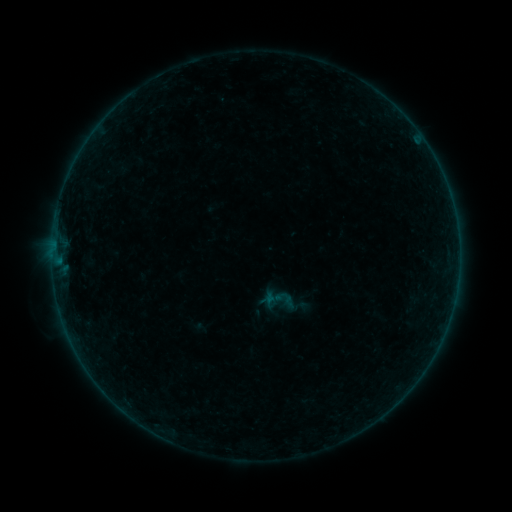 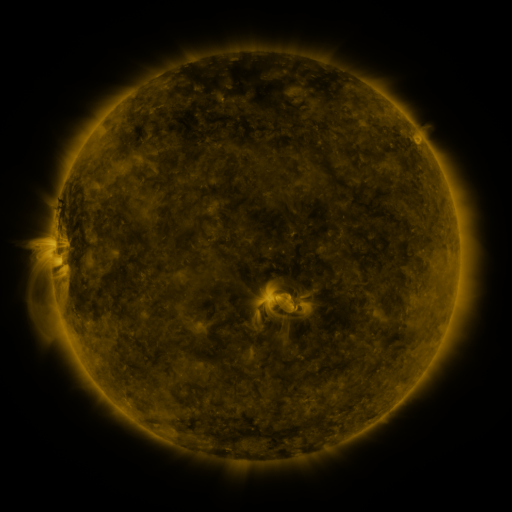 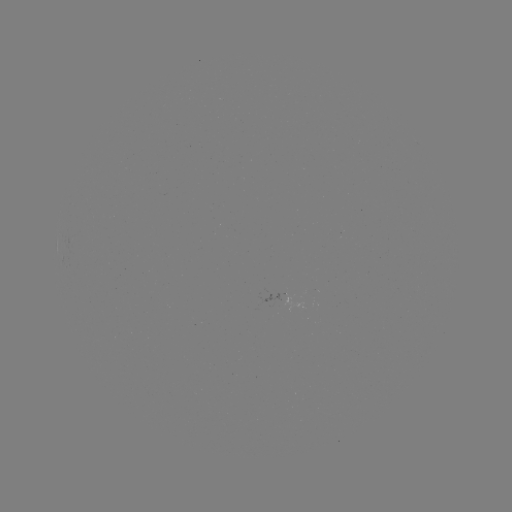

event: sigmoid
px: (285, 300)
